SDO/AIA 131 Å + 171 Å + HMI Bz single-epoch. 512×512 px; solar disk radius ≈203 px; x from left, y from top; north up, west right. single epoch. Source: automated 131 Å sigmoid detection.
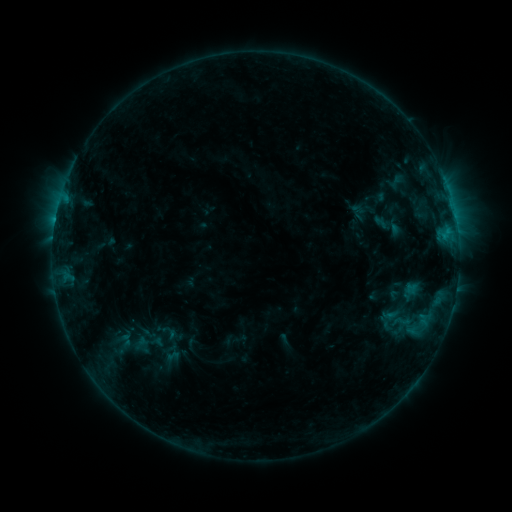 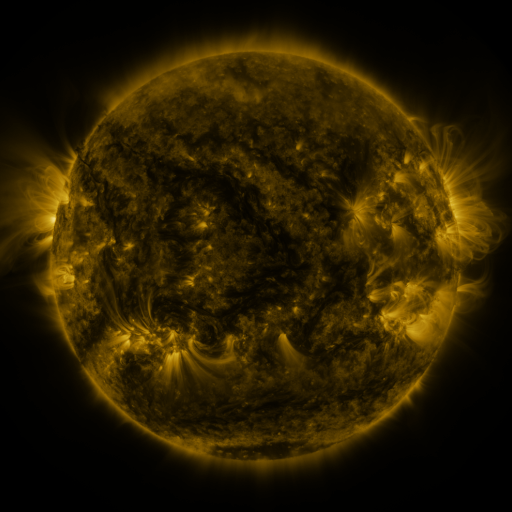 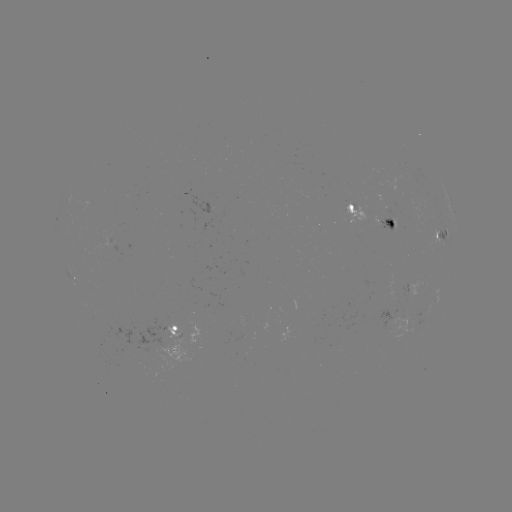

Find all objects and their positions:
sigmoid: (402, 321)
